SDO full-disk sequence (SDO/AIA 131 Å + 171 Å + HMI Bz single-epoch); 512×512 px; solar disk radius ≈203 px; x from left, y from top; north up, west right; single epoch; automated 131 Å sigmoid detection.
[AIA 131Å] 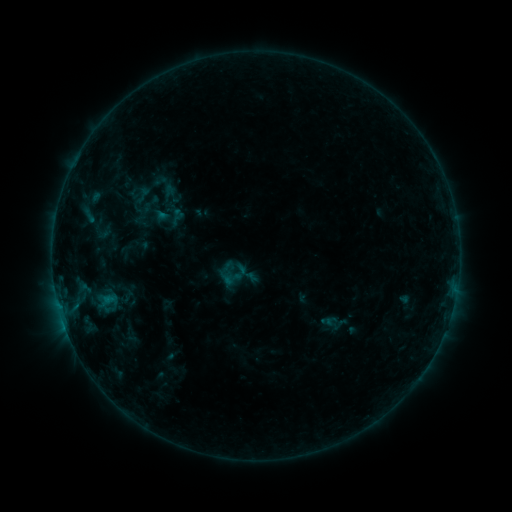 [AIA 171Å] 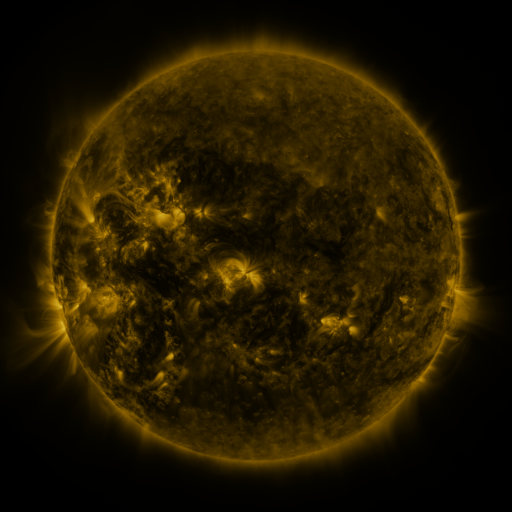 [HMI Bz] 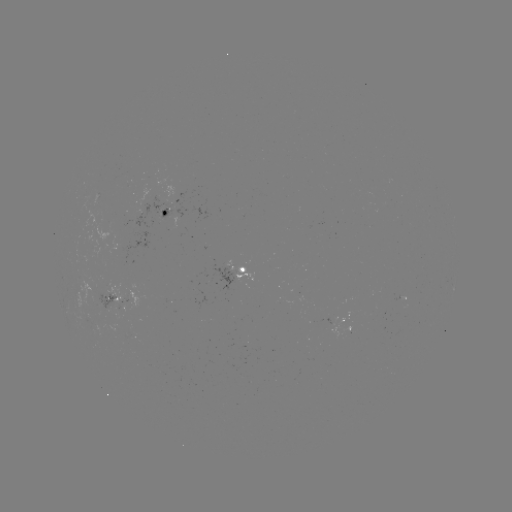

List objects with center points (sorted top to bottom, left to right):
sigmoid: <bbox>133, 186, 152, 205</bbox>
sigmoid: <bbox>236, 261, 259, 284</bbox>
